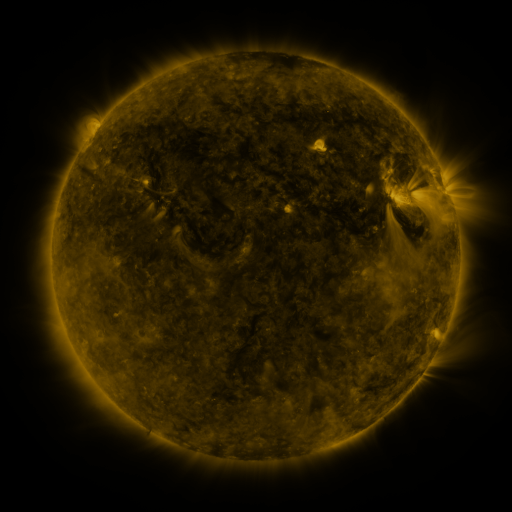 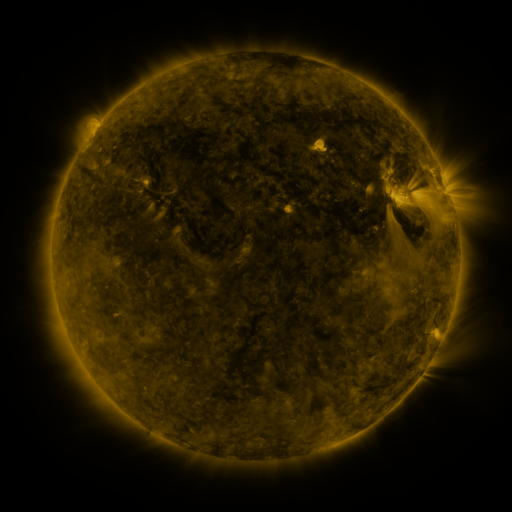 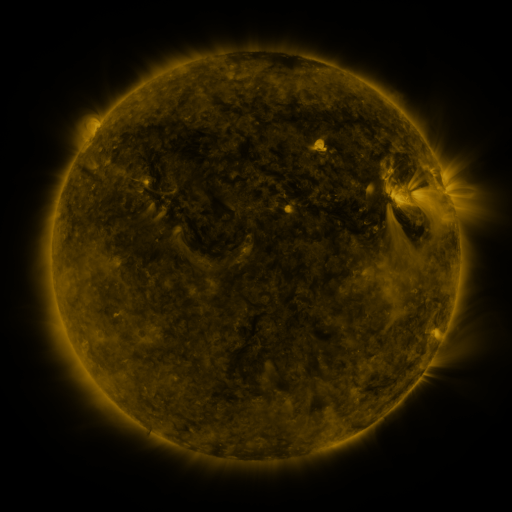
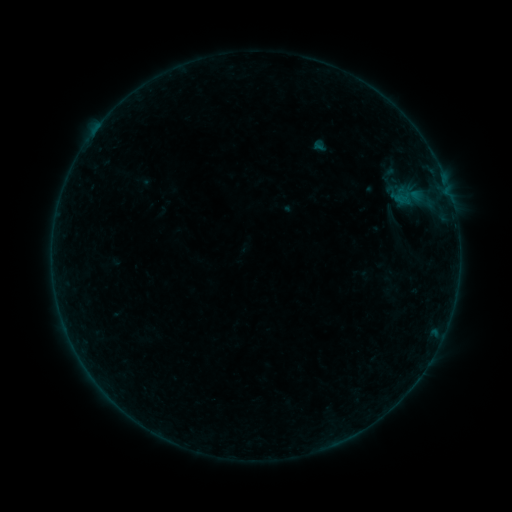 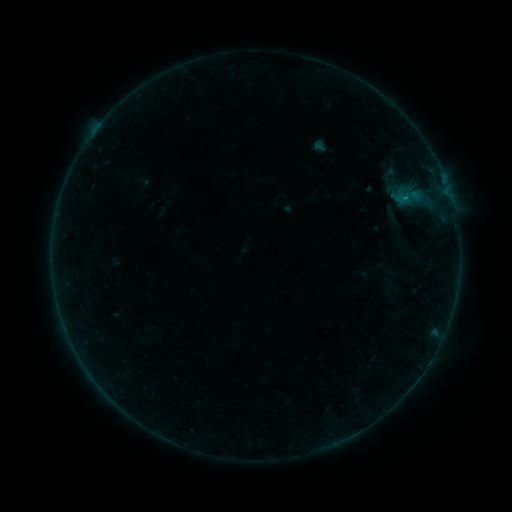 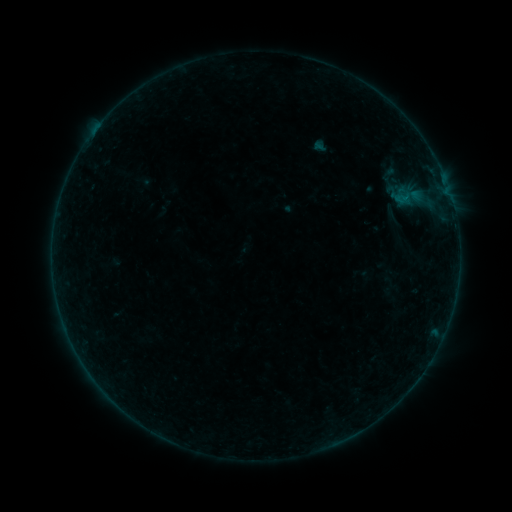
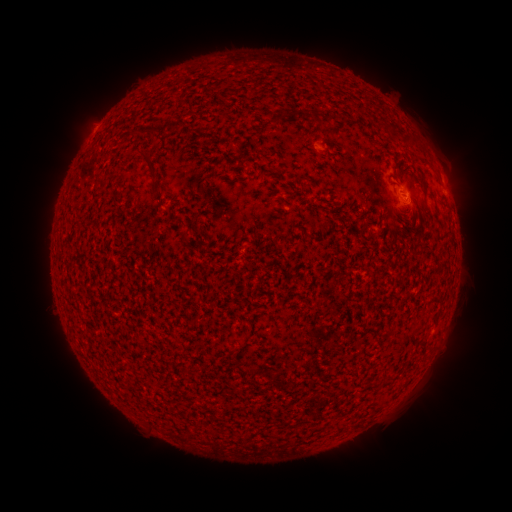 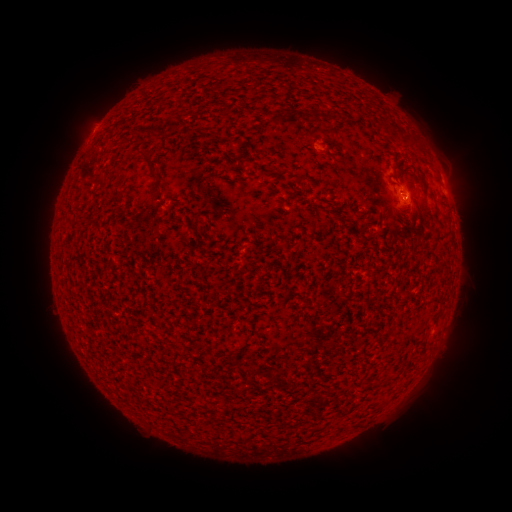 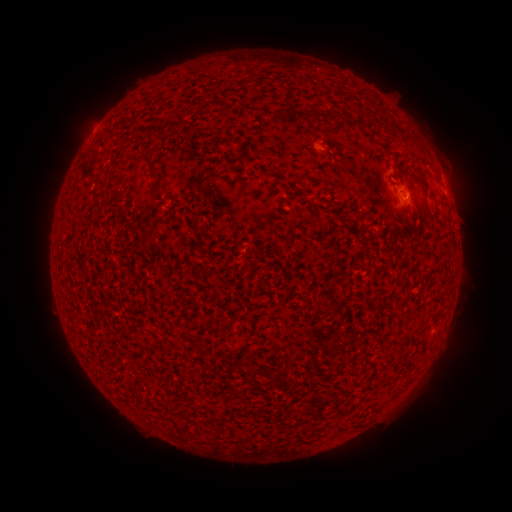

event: flare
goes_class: B1.8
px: (405, 199)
